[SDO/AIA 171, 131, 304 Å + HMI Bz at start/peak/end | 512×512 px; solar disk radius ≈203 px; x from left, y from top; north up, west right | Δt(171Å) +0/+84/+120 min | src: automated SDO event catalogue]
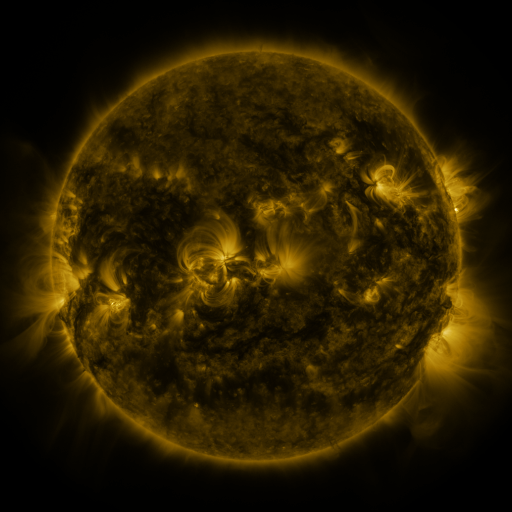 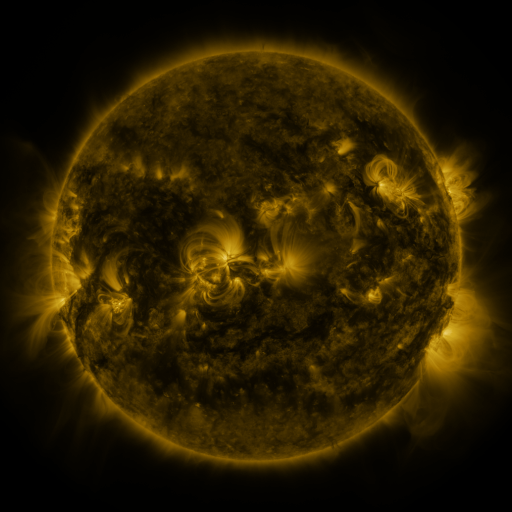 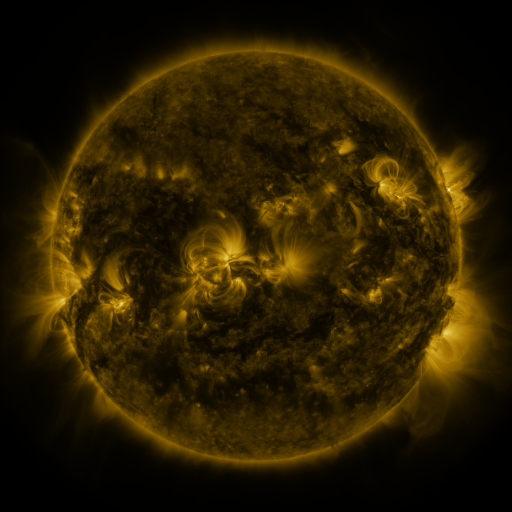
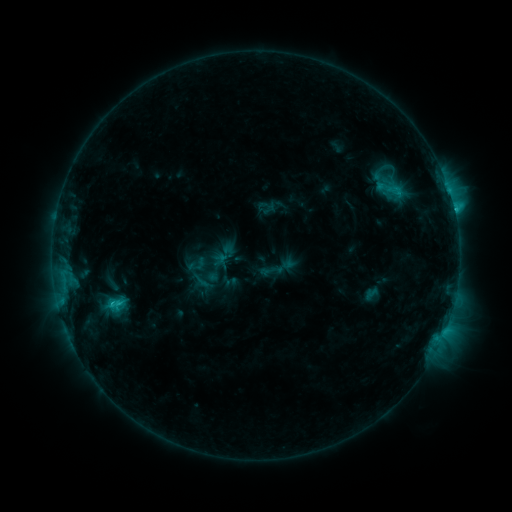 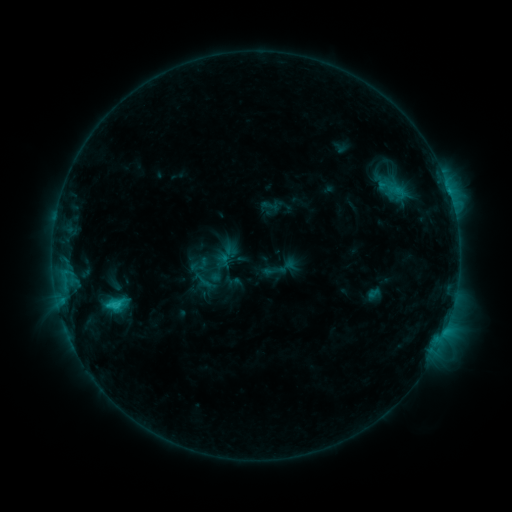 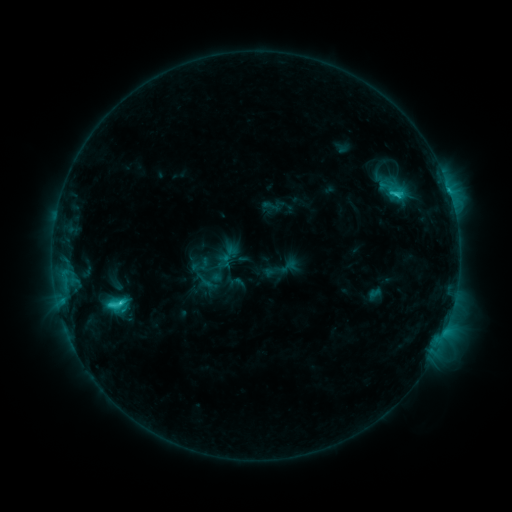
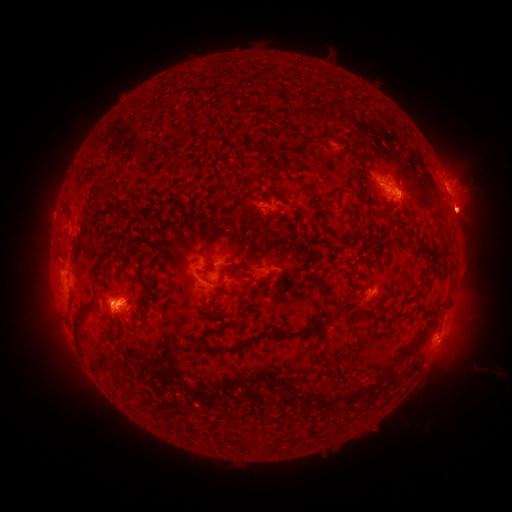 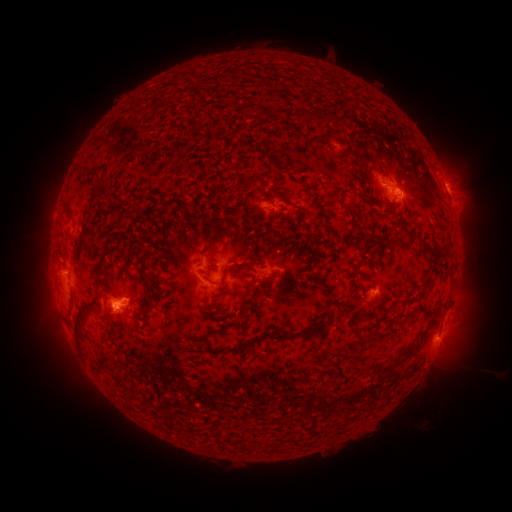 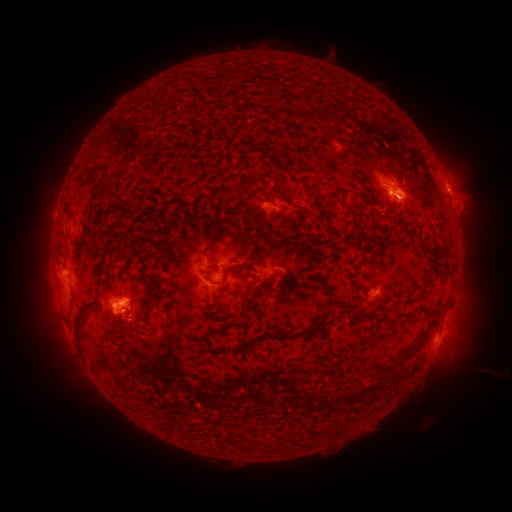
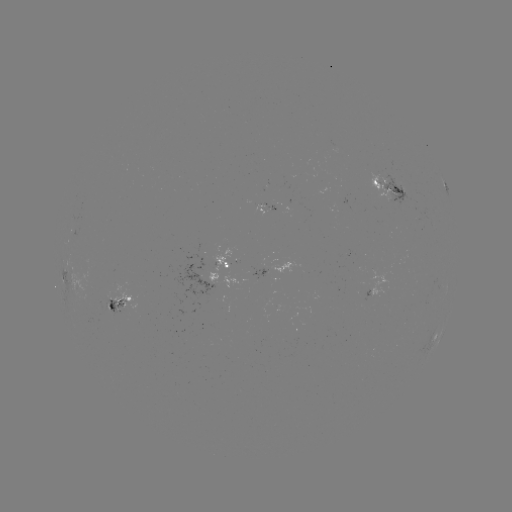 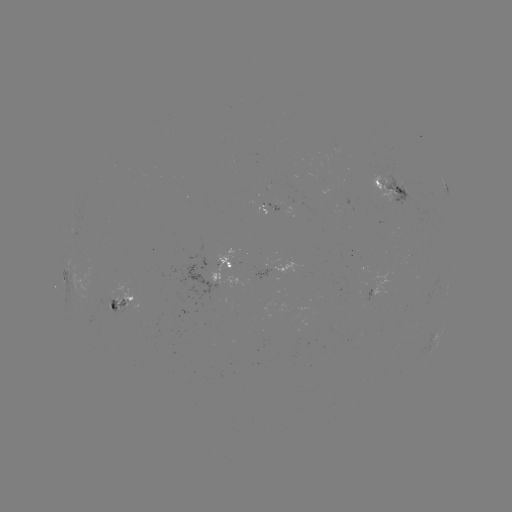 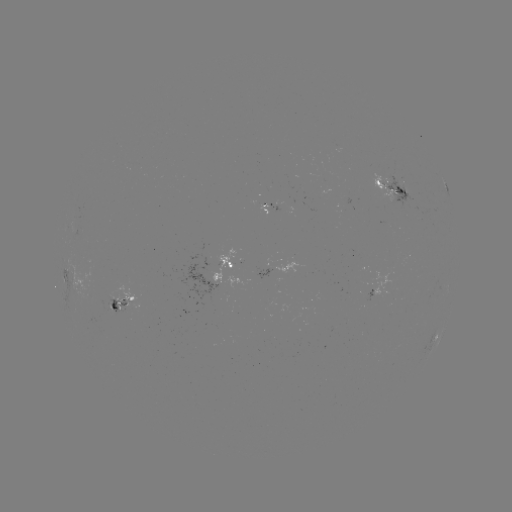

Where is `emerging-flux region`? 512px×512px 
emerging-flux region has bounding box [109, 283, 139, 307].